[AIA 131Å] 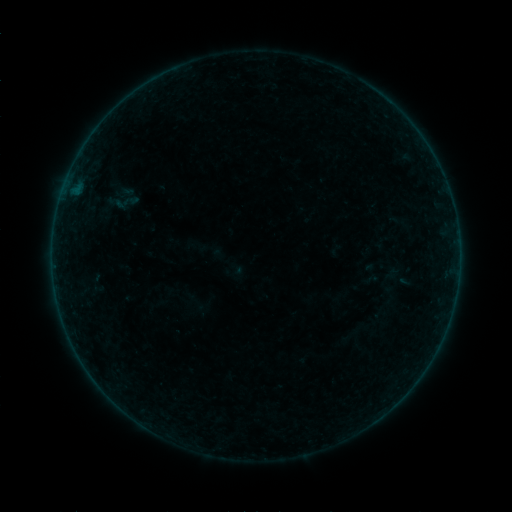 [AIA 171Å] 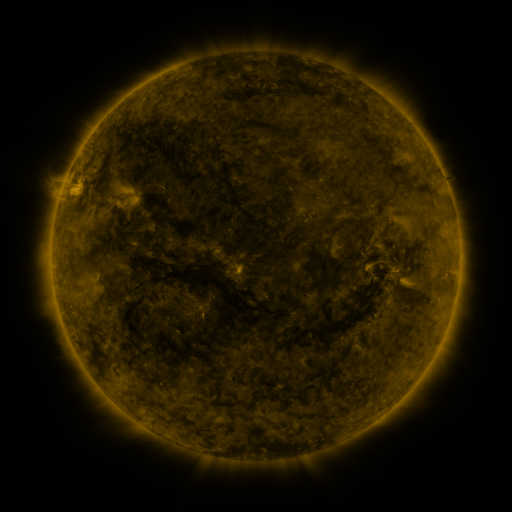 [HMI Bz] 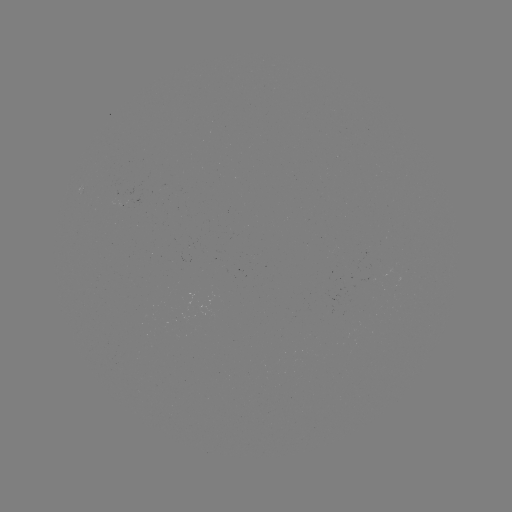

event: sigmoid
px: (126, 202)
